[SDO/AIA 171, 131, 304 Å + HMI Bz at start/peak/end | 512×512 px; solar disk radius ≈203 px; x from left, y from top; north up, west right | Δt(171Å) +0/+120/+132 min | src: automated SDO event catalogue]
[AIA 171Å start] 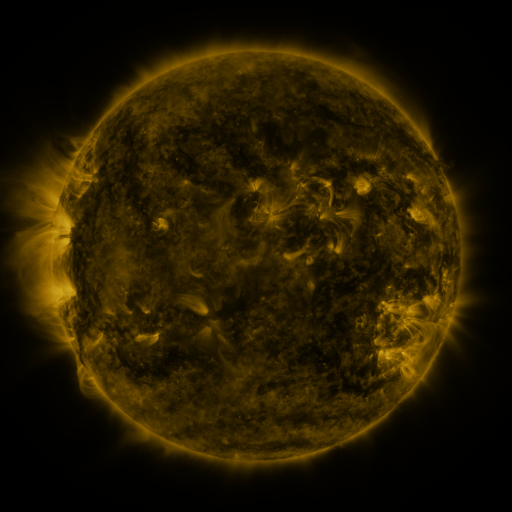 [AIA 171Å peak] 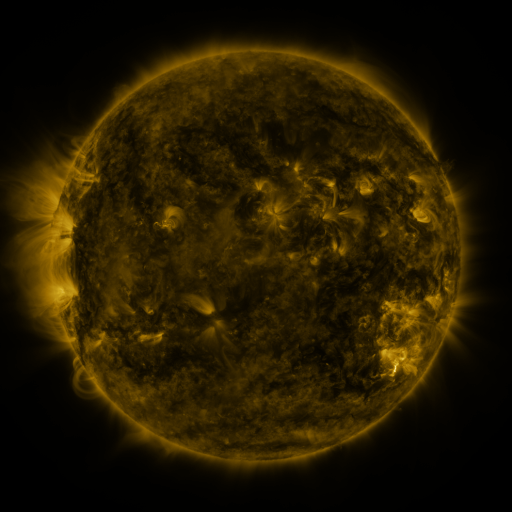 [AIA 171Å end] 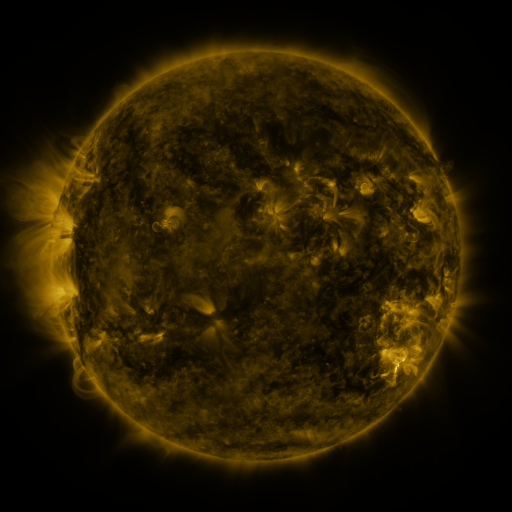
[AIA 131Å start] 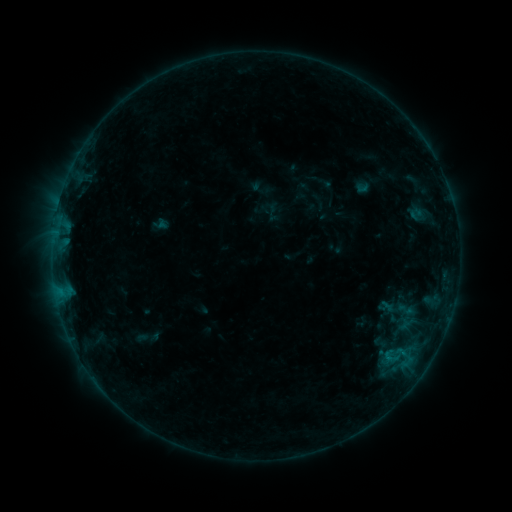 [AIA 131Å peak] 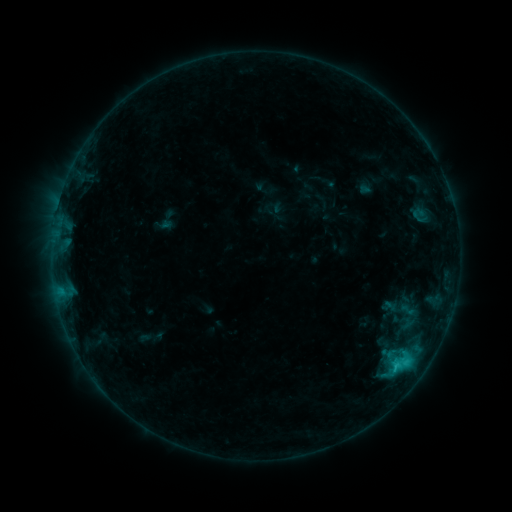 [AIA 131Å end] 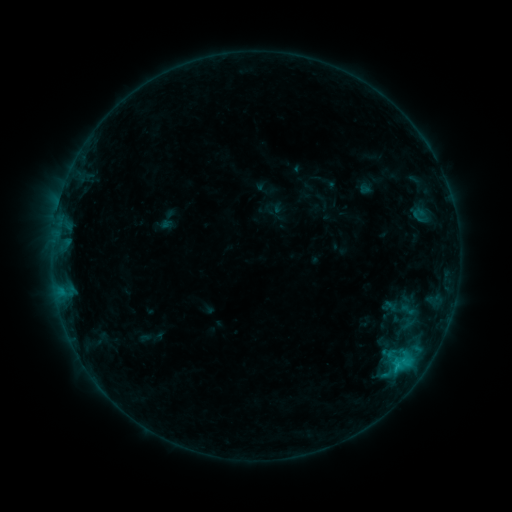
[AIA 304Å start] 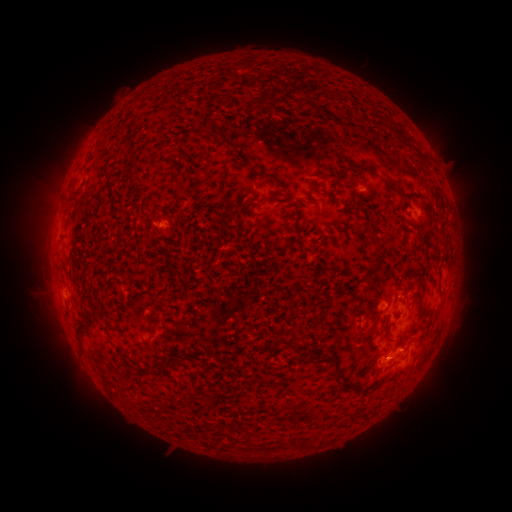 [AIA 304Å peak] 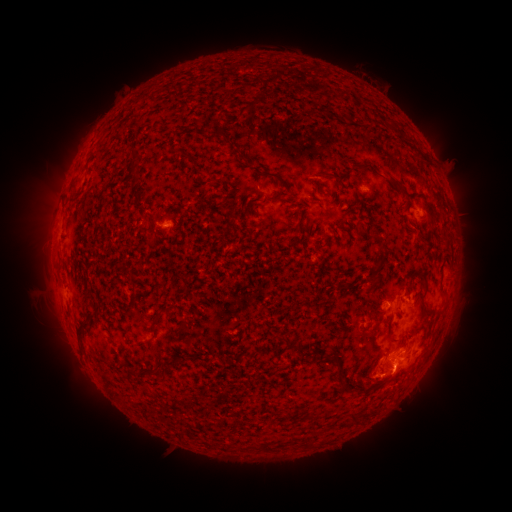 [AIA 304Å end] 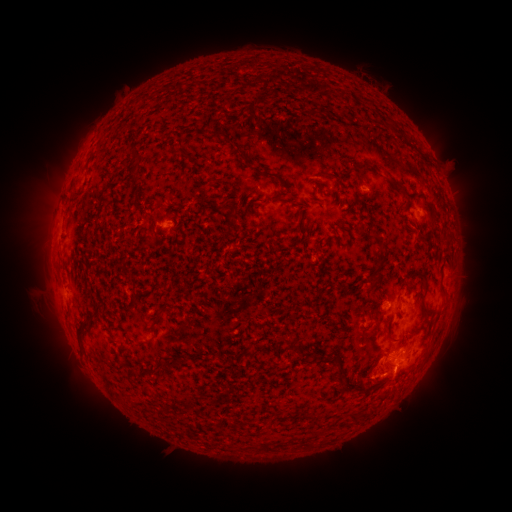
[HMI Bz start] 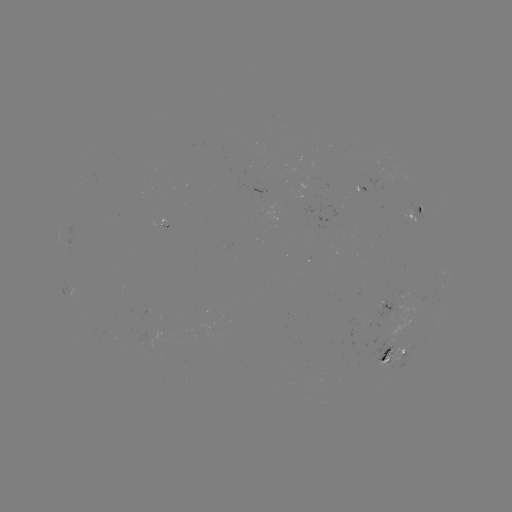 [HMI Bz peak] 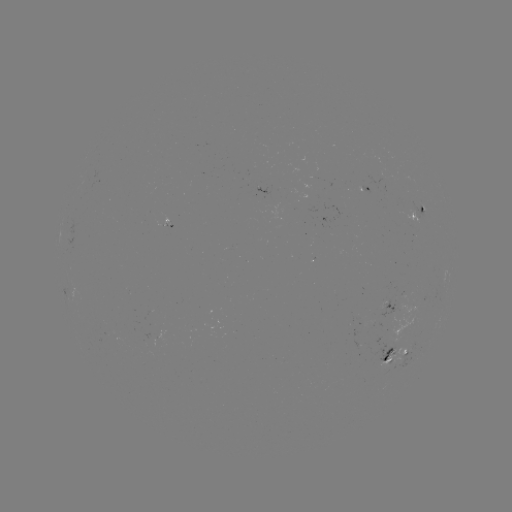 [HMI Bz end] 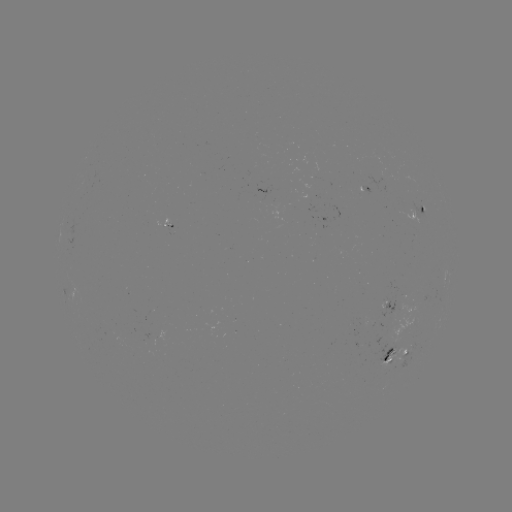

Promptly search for emerging-flux region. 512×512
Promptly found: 420,207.